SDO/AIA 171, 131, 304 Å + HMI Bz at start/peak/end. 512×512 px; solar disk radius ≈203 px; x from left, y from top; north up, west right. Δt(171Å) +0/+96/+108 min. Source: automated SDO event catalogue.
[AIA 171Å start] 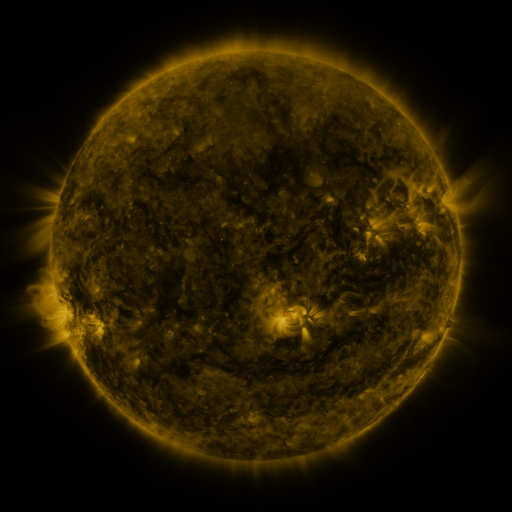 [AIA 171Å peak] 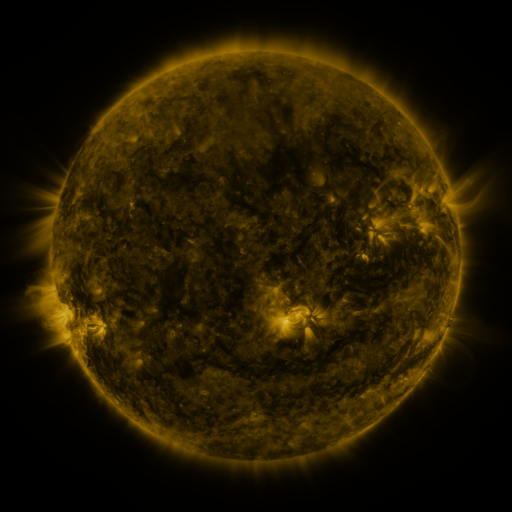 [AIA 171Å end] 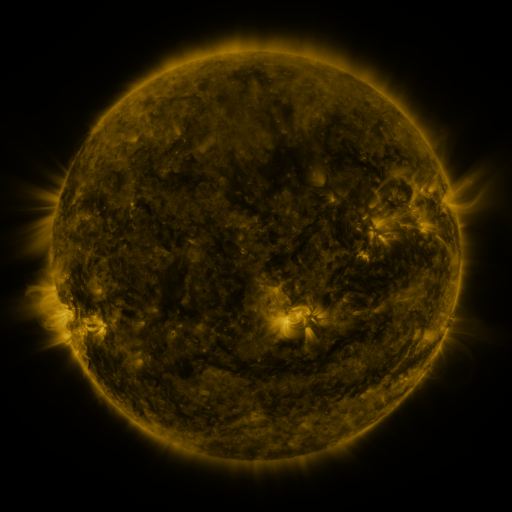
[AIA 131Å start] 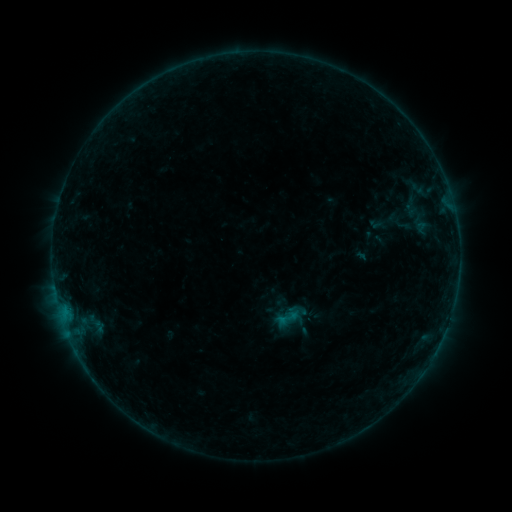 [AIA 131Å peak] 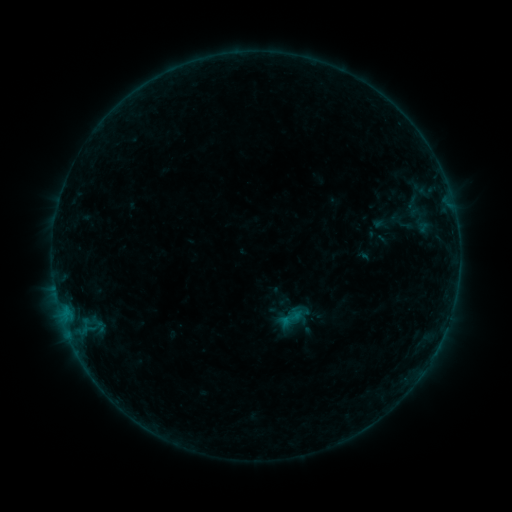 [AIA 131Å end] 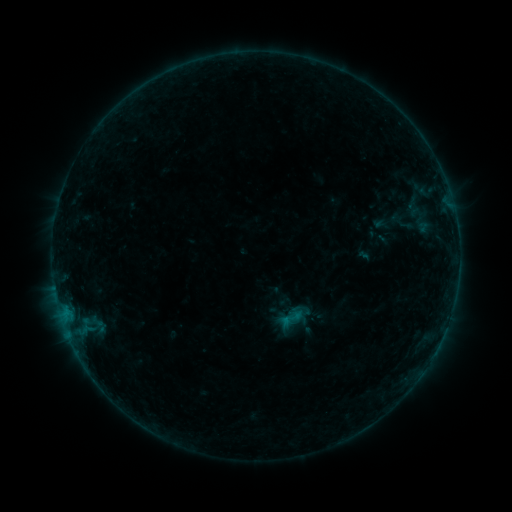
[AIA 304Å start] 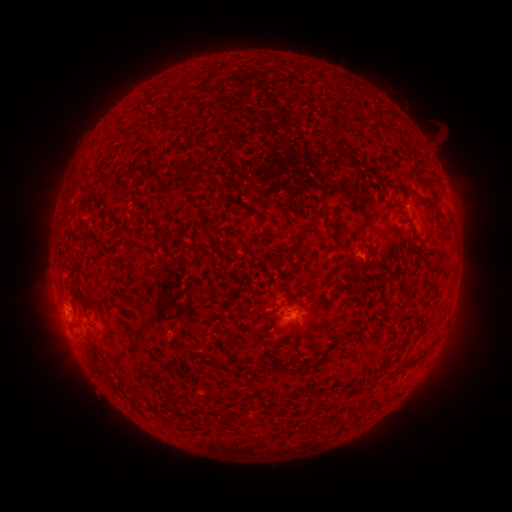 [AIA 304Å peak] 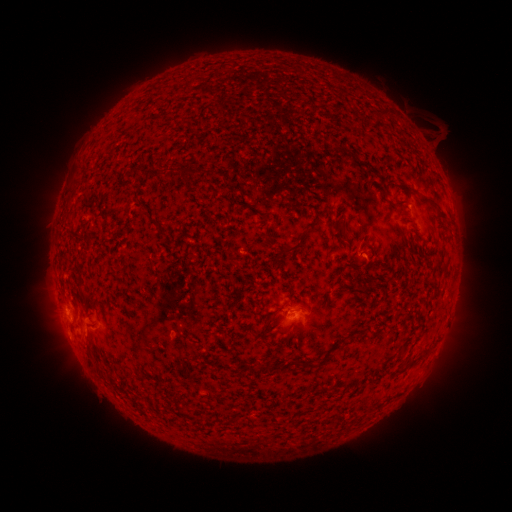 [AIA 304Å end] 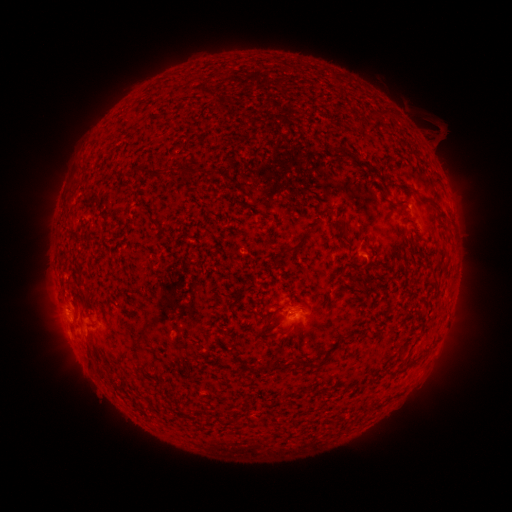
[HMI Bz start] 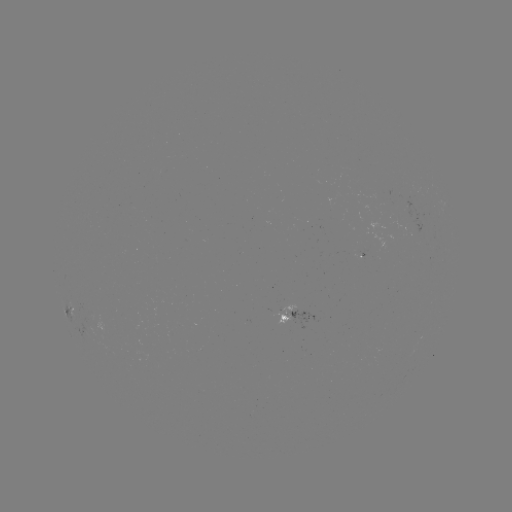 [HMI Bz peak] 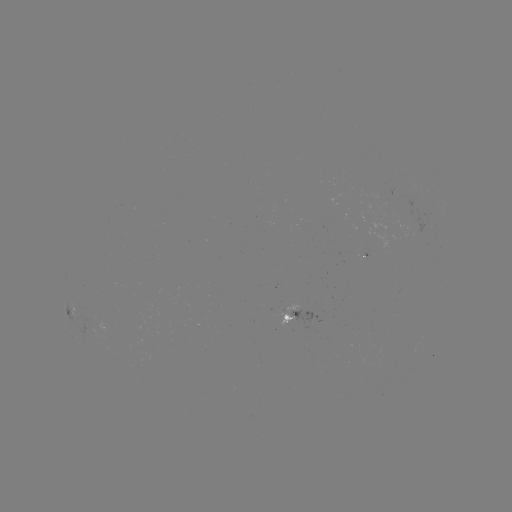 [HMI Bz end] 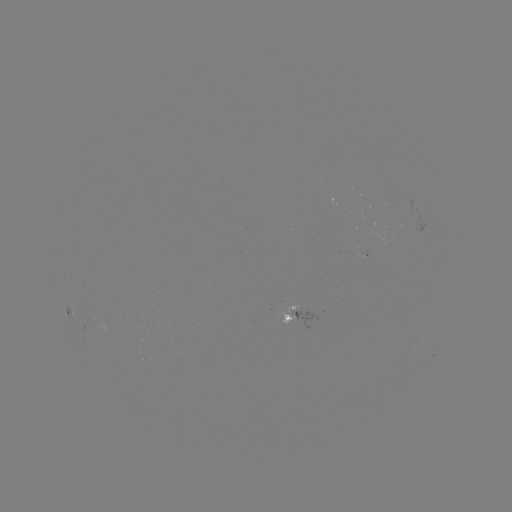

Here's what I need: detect emerging-flux region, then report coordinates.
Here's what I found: emerging-flux region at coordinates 285,312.